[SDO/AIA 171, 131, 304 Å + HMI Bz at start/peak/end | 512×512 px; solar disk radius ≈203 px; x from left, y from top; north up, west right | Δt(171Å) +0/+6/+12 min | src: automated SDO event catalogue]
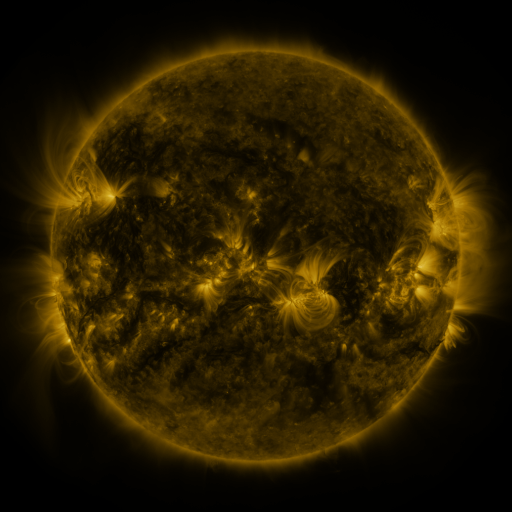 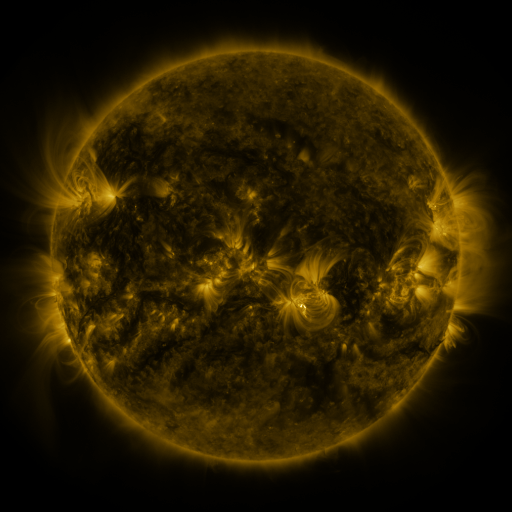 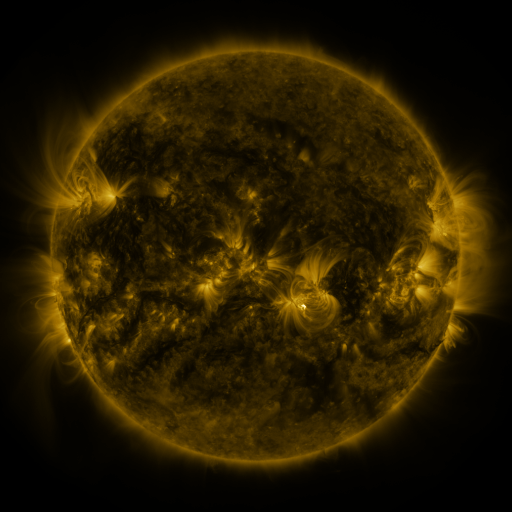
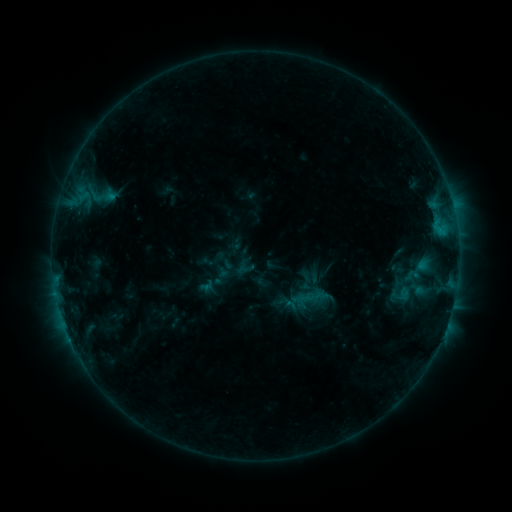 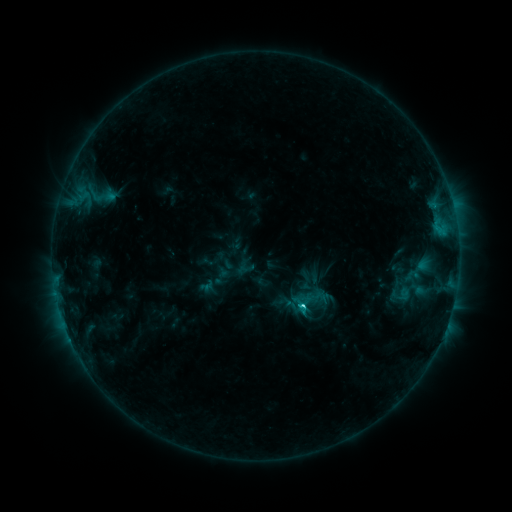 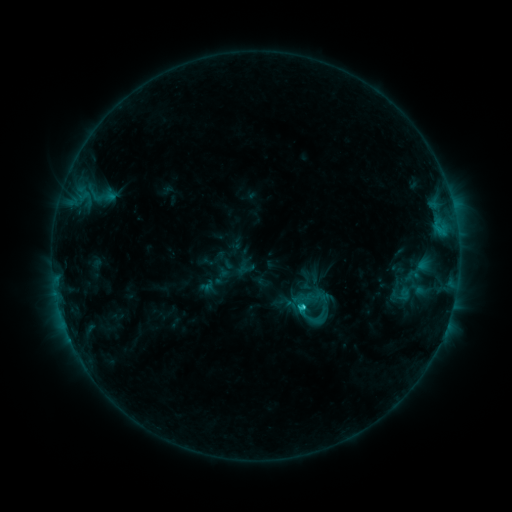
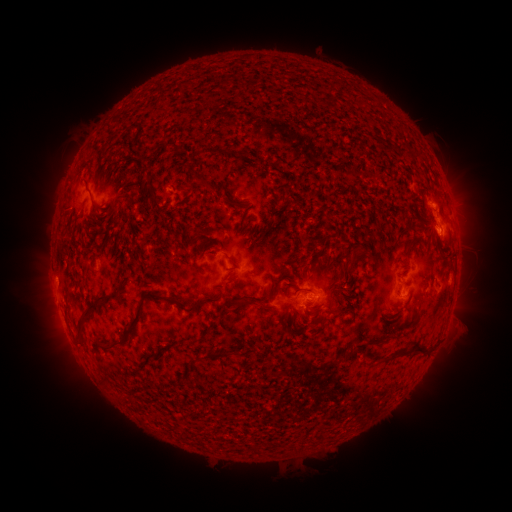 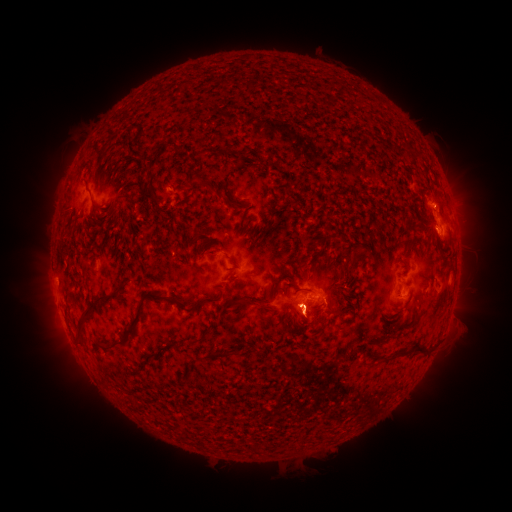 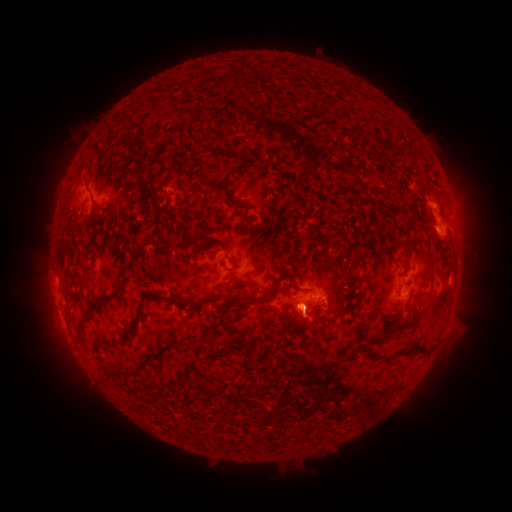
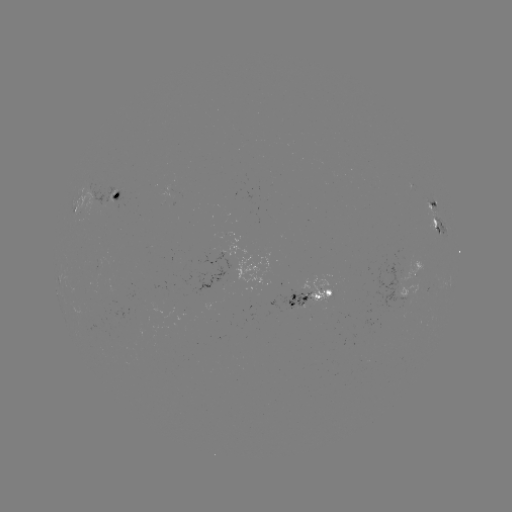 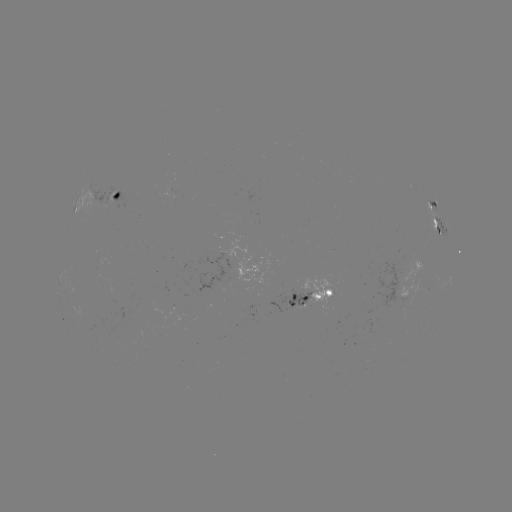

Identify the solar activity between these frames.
C3.1 flare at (302, 305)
